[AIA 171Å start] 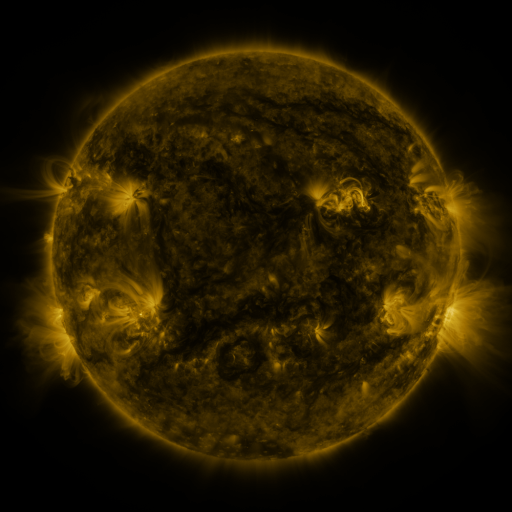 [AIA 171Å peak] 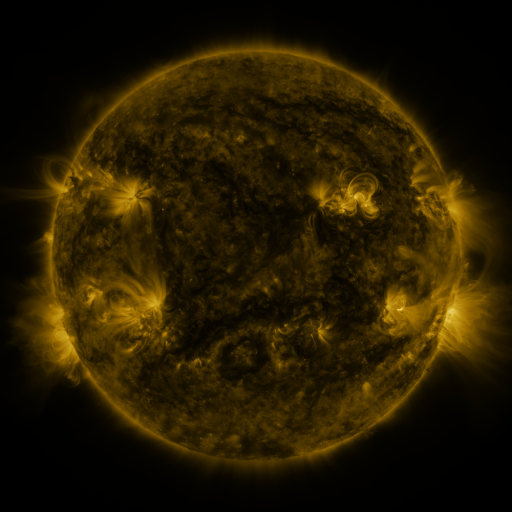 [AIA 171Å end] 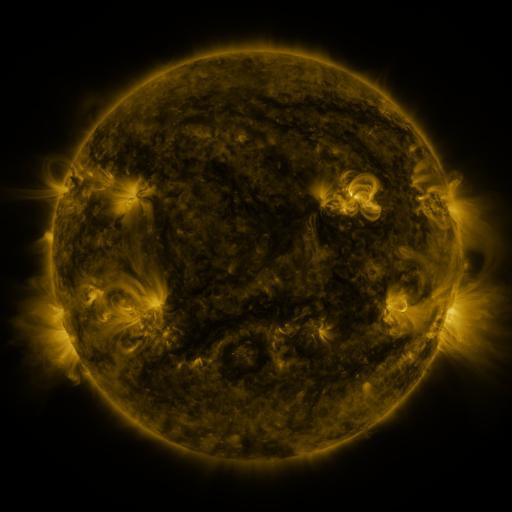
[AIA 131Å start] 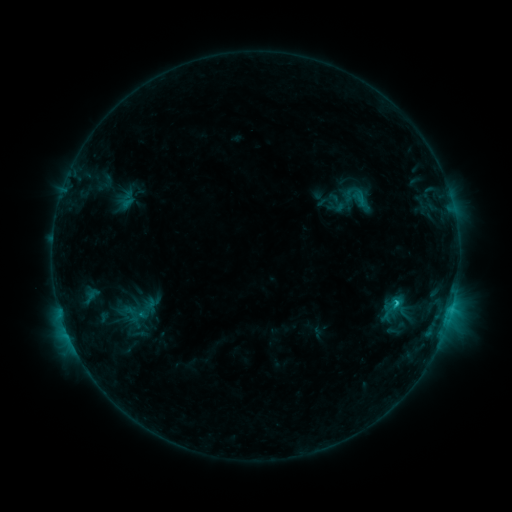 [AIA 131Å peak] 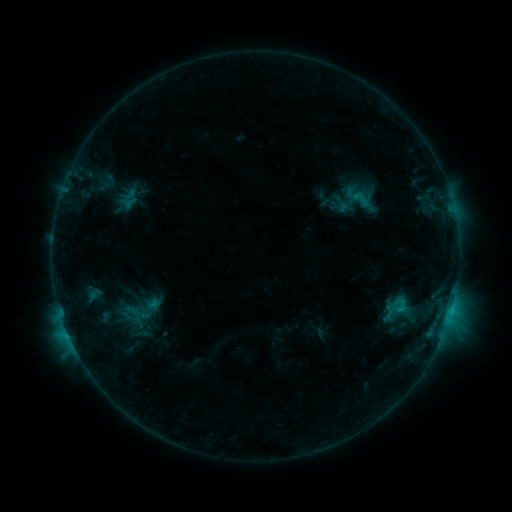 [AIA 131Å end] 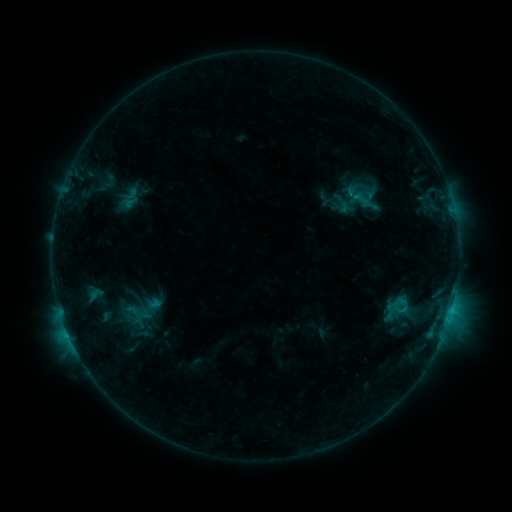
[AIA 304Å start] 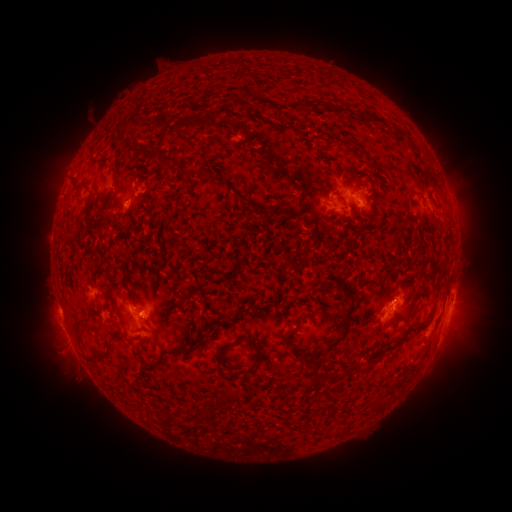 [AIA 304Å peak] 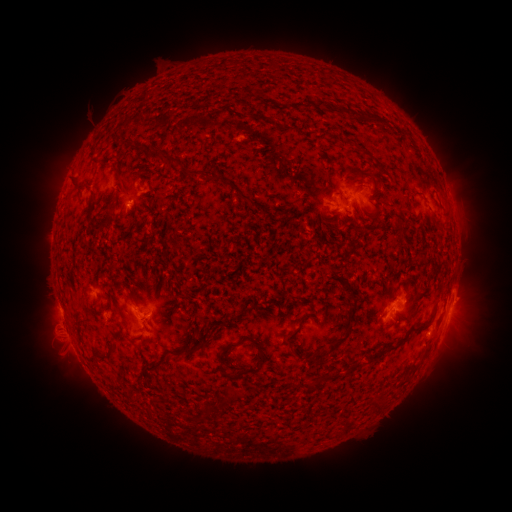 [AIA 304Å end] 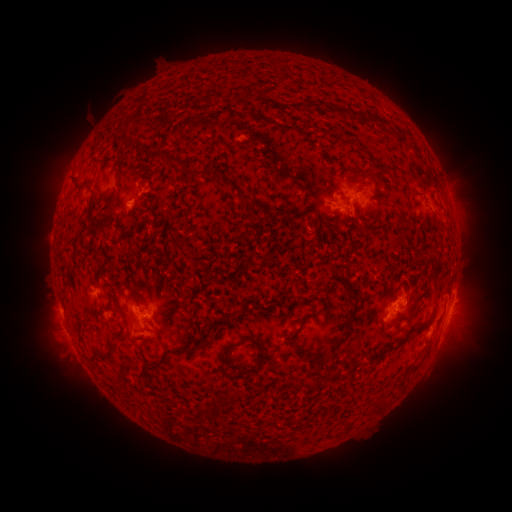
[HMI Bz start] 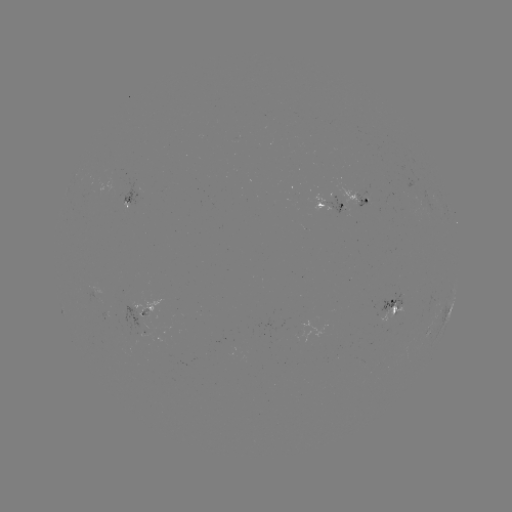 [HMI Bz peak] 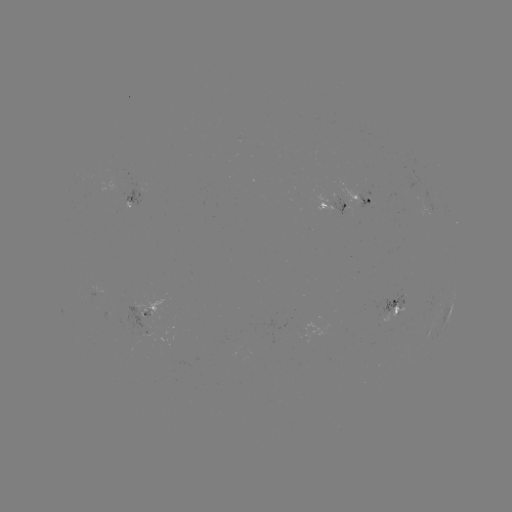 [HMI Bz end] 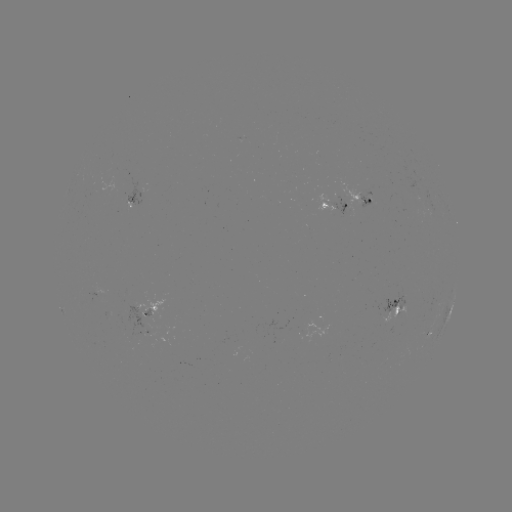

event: emerging-flux region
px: (349, 212)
